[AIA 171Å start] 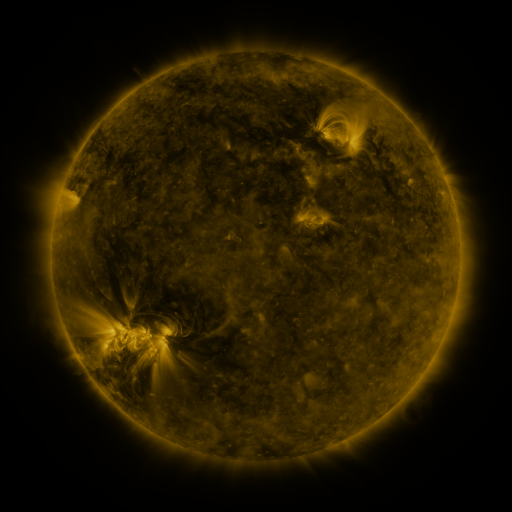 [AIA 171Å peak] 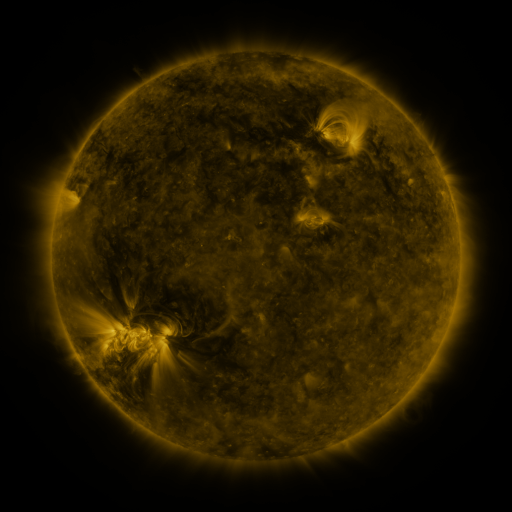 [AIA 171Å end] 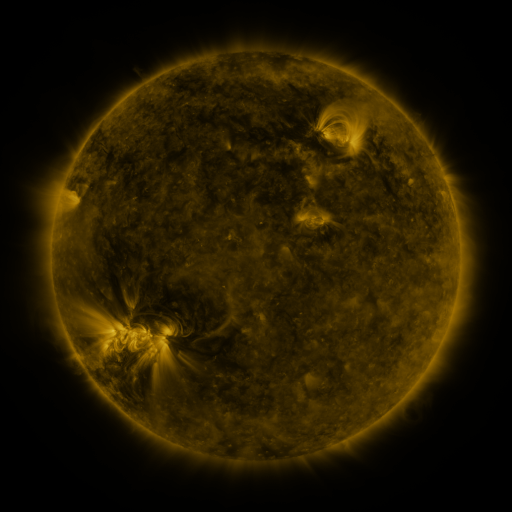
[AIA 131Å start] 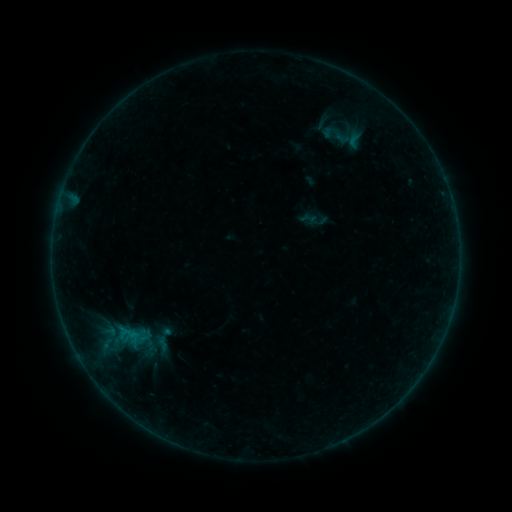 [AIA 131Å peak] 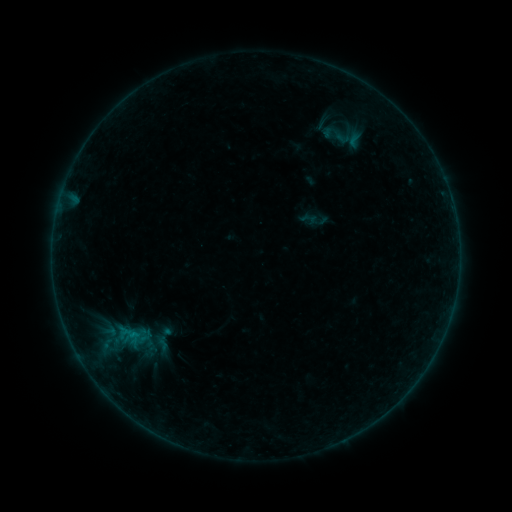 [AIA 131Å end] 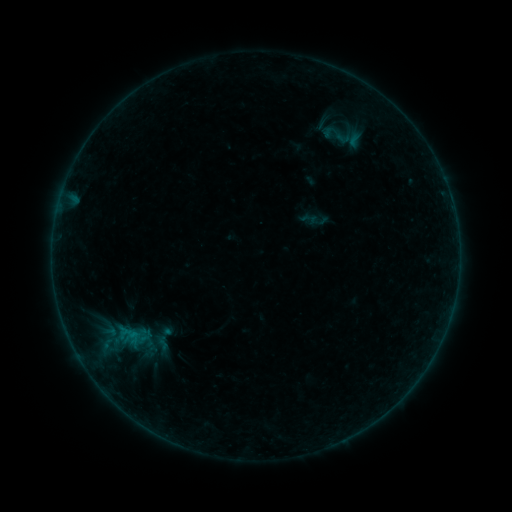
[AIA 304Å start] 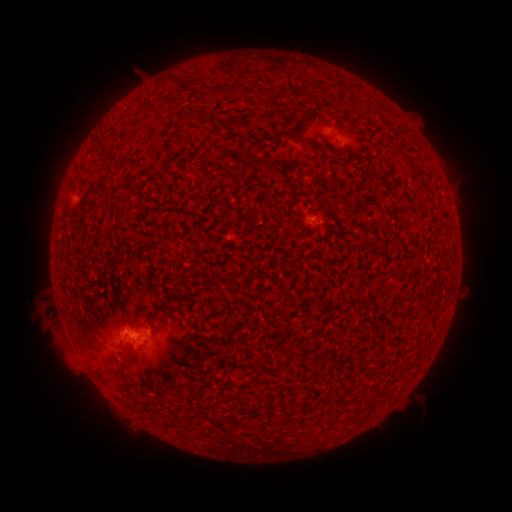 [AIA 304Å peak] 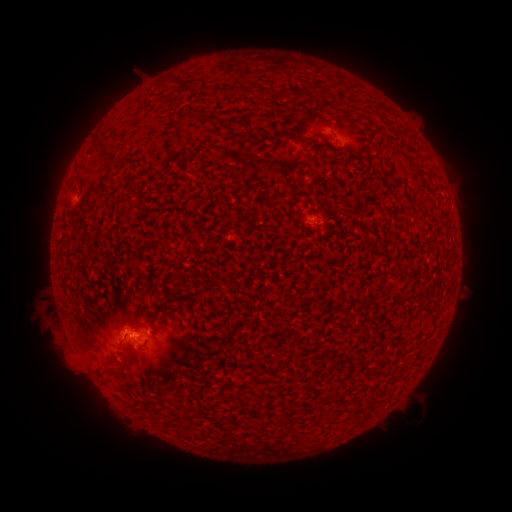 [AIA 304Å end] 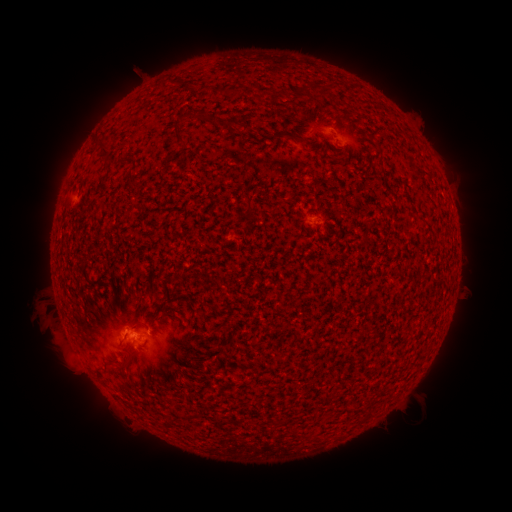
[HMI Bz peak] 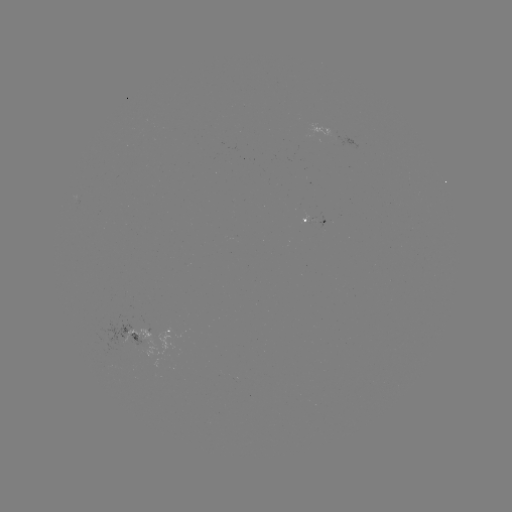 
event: flare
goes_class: B1.7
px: (137, 331)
